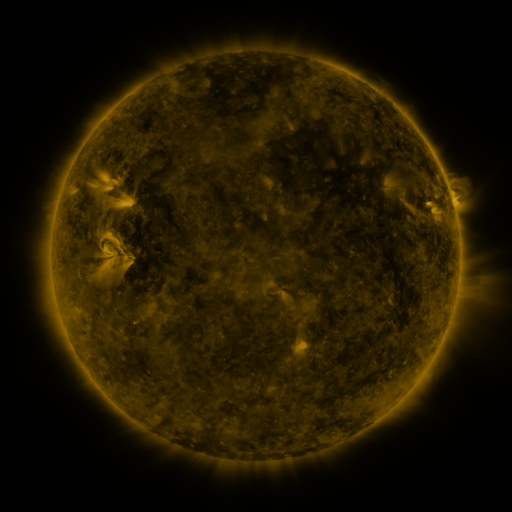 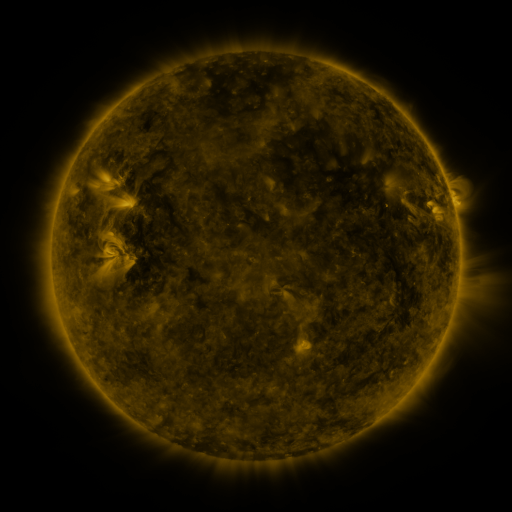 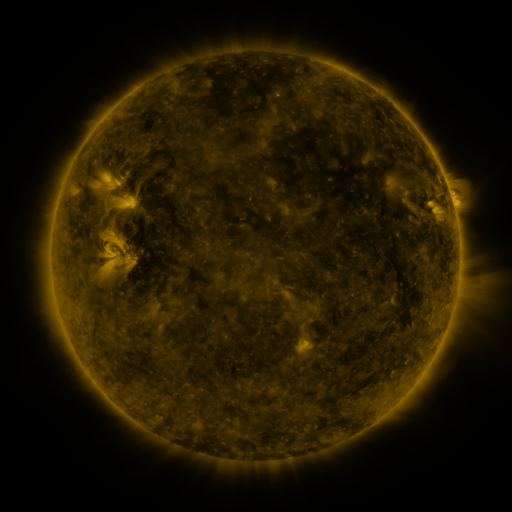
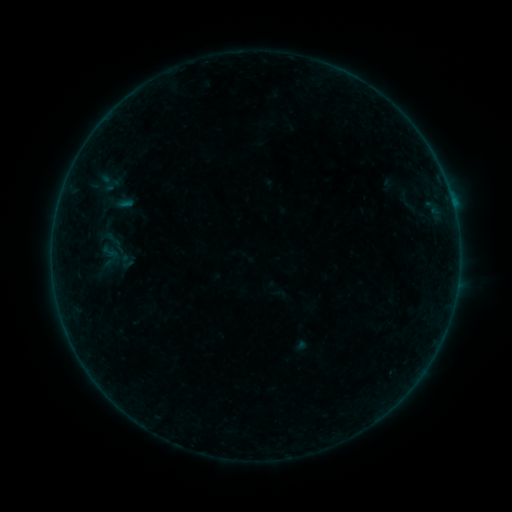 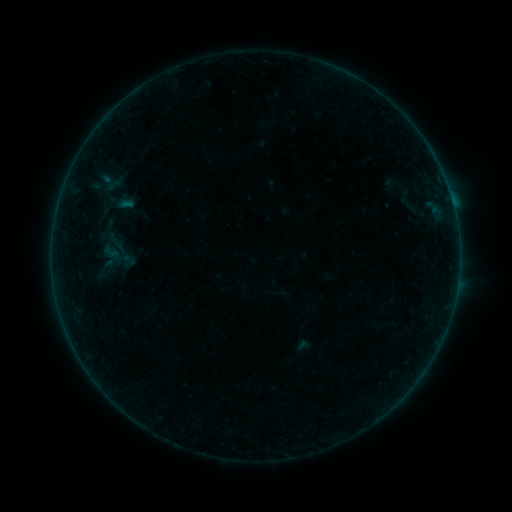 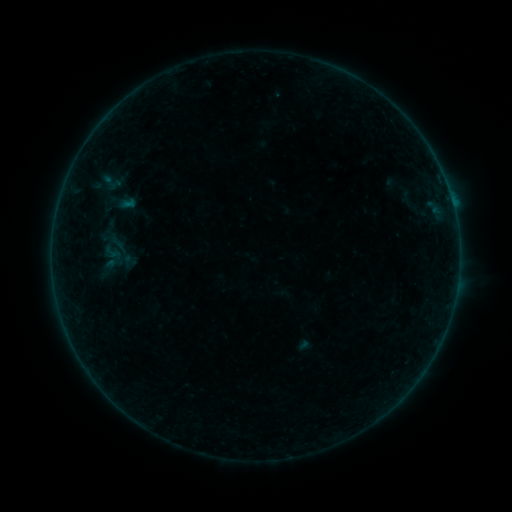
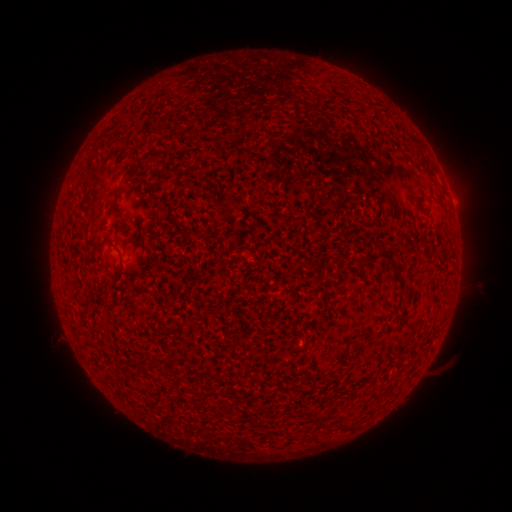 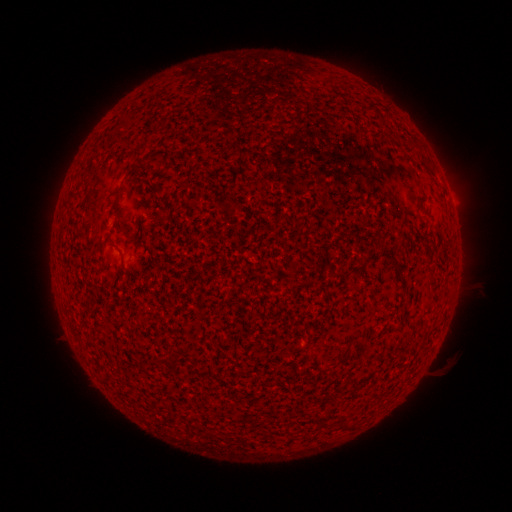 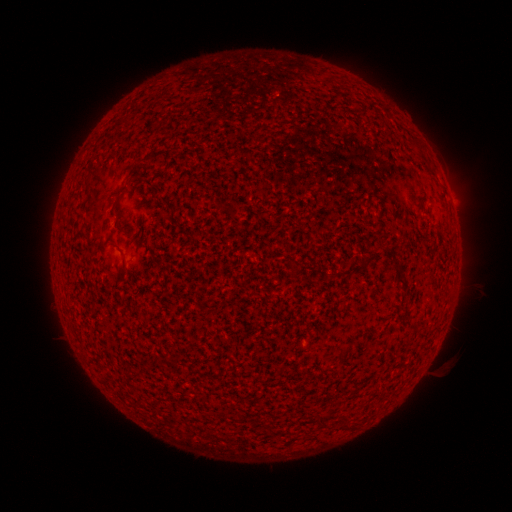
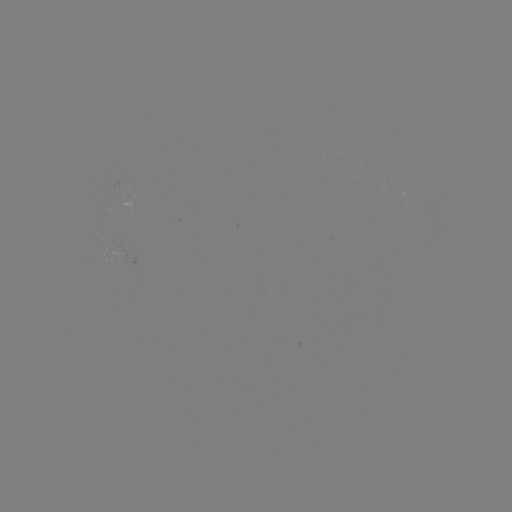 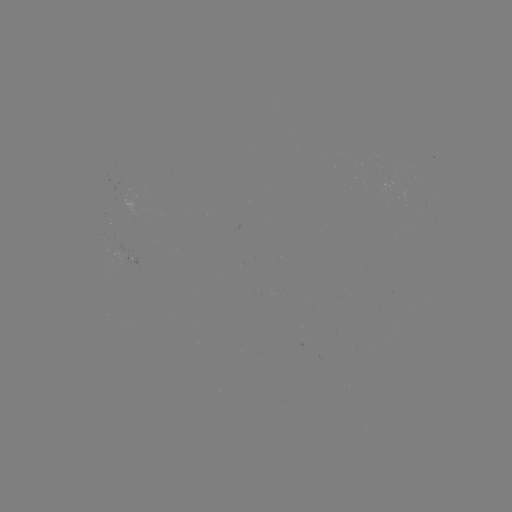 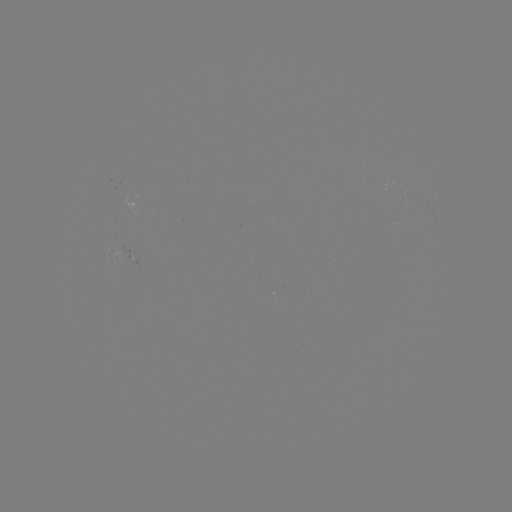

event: emerging-flux region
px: (108, 217)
